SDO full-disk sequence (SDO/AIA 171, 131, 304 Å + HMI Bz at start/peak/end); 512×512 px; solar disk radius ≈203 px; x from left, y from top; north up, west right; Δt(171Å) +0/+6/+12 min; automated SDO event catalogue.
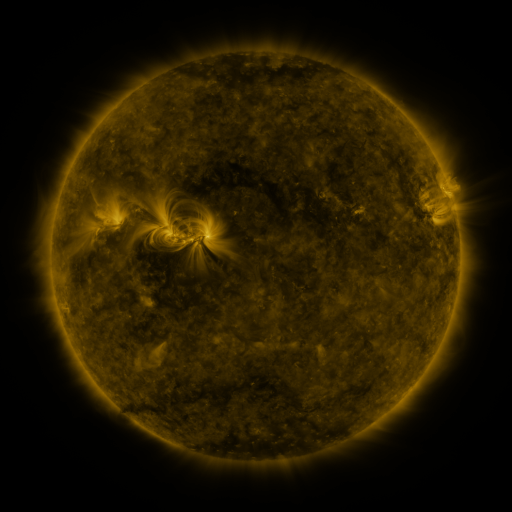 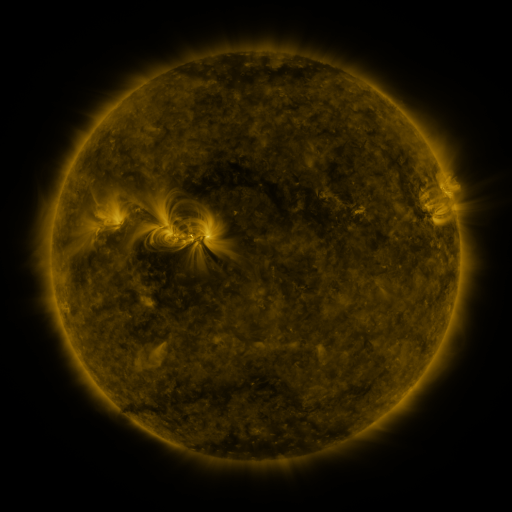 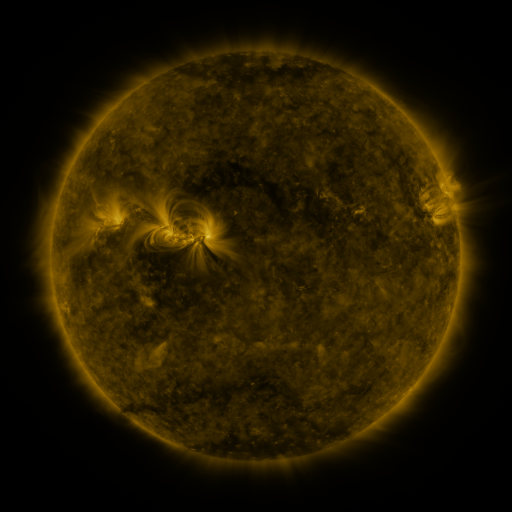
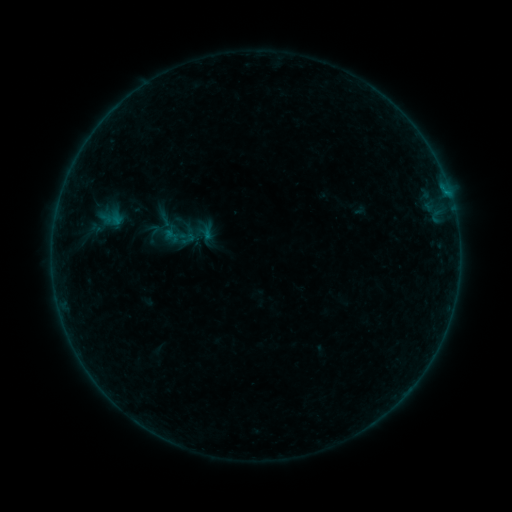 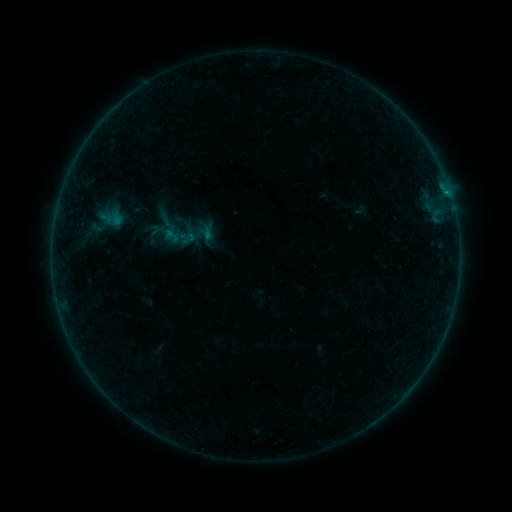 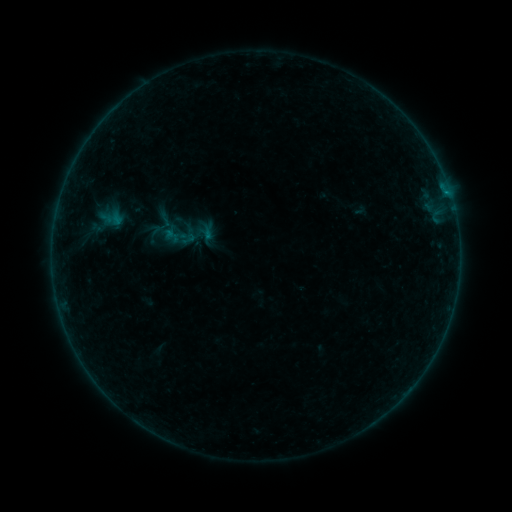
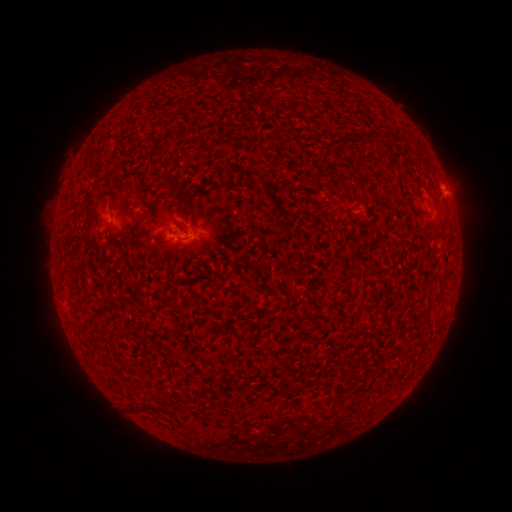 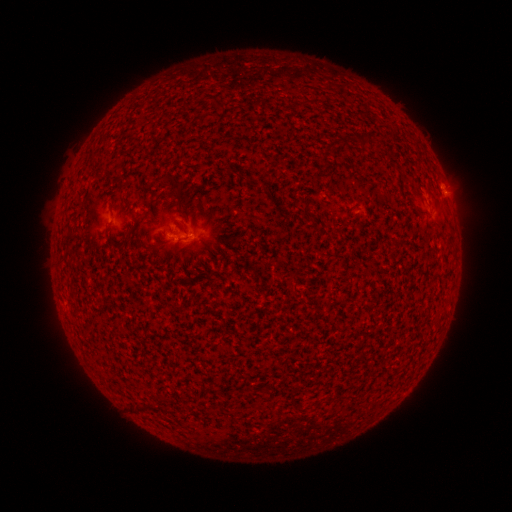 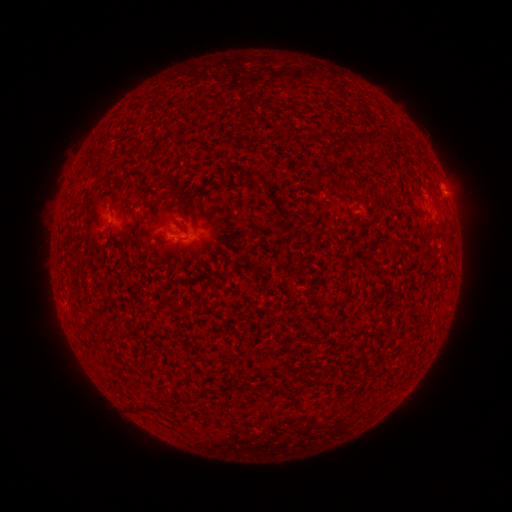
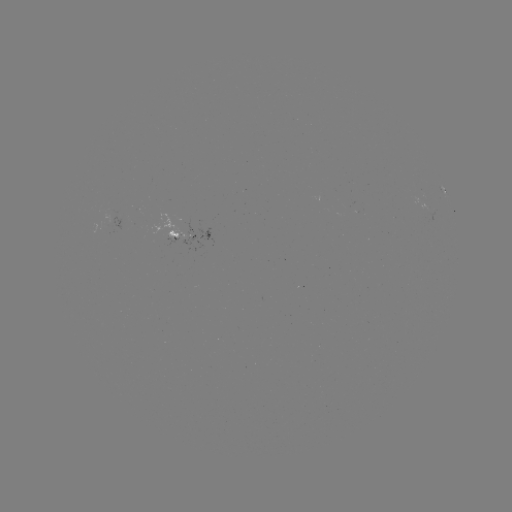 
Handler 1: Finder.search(B1.6 flare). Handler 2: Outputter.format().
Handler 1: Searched B1.6 flare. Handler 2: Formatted [445, 193].